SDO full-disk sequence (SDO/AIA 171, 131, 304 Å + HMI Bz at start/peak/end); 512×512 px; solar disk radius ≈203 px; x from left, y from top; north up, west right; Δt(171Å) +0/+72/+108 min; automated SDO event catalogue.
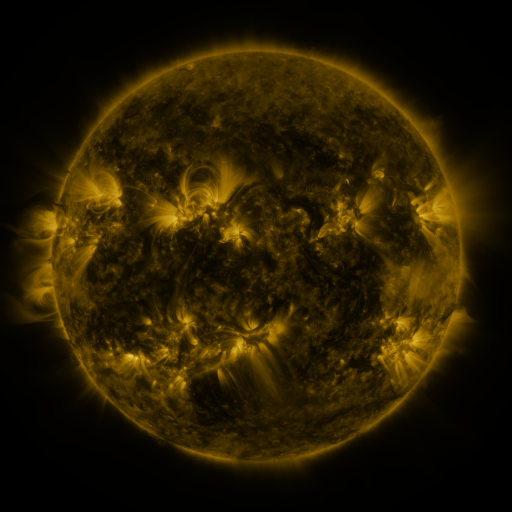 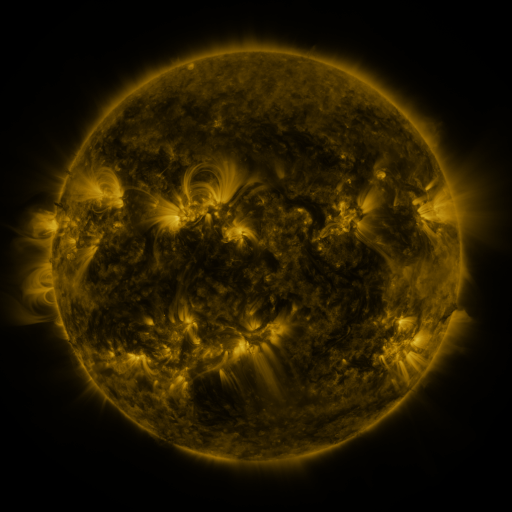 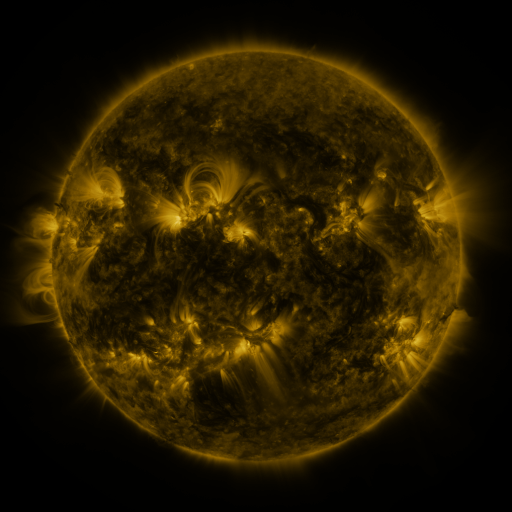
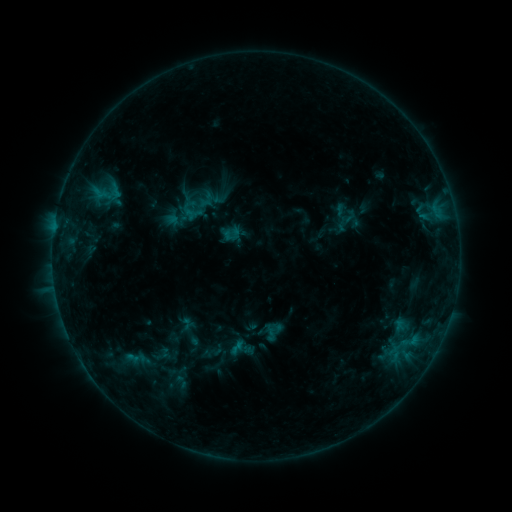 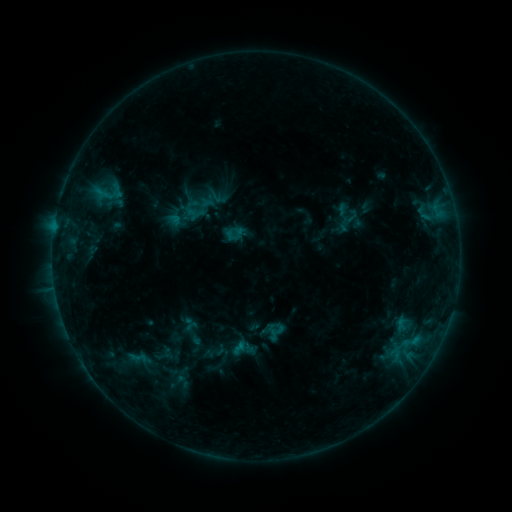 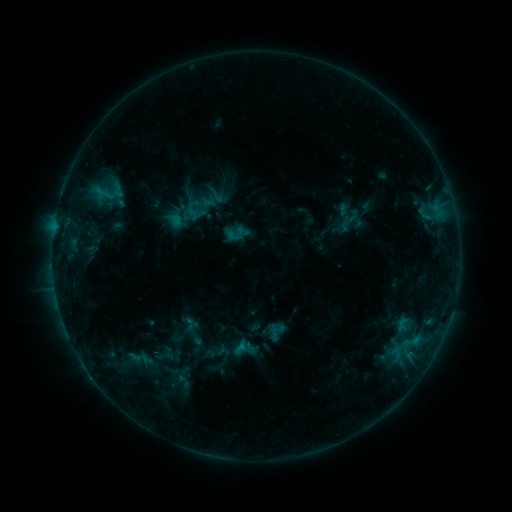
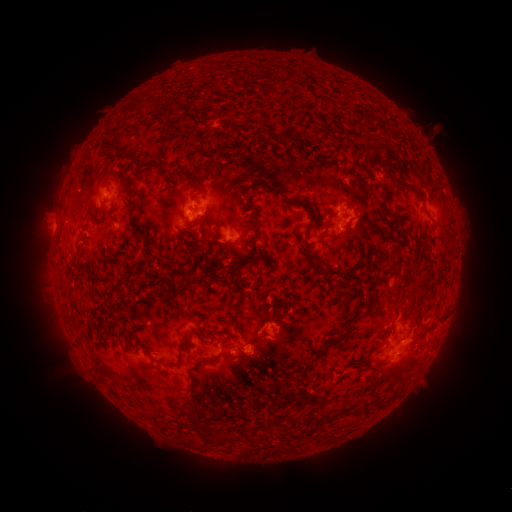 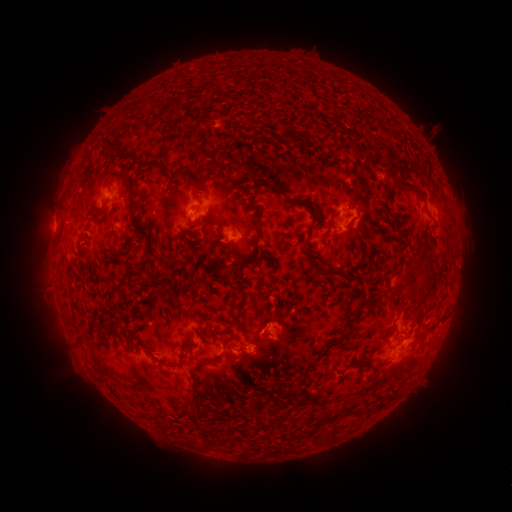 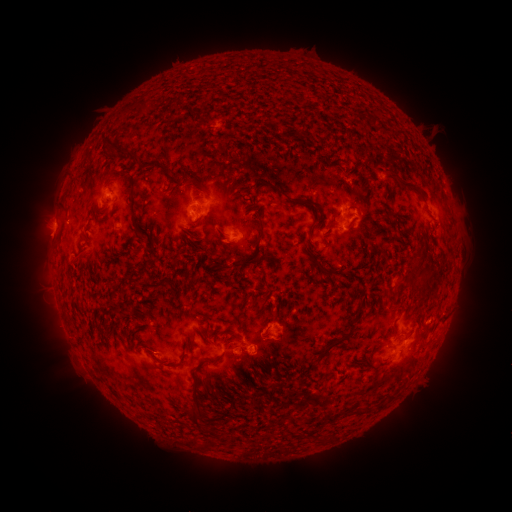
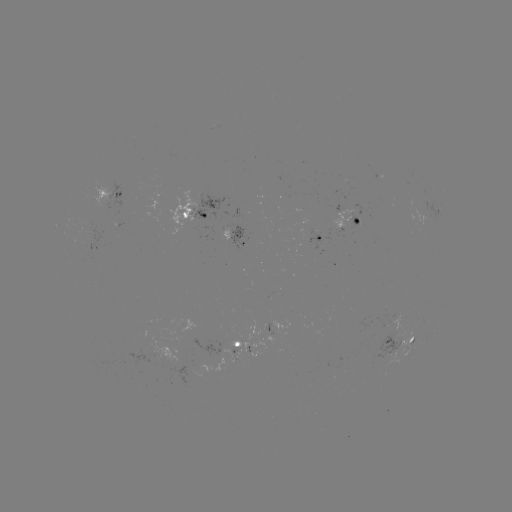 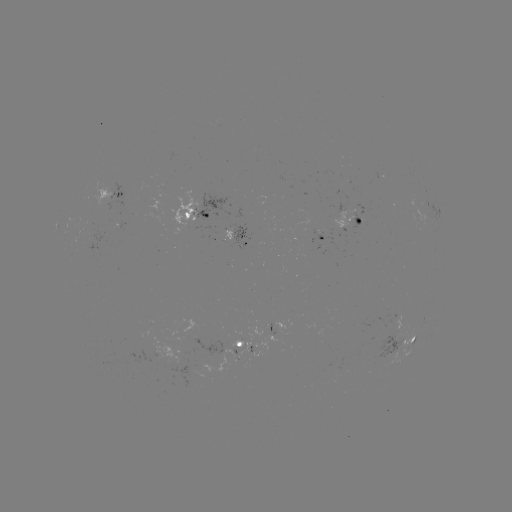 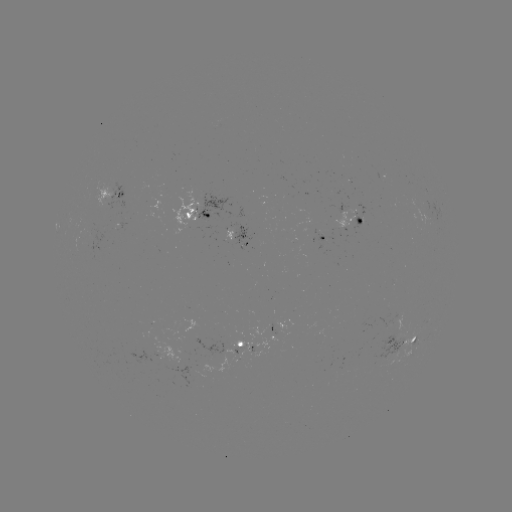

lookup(emerging-flux region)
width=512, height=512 398,341